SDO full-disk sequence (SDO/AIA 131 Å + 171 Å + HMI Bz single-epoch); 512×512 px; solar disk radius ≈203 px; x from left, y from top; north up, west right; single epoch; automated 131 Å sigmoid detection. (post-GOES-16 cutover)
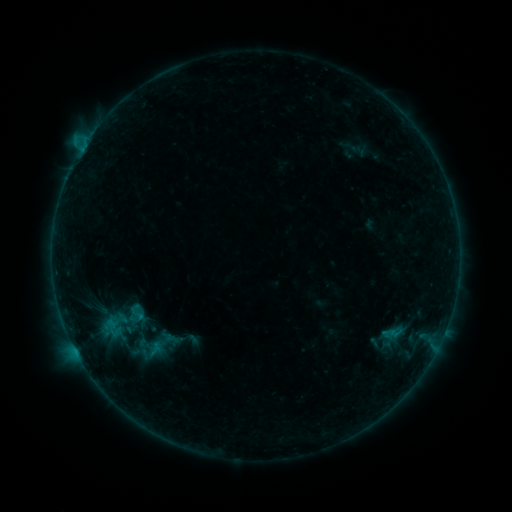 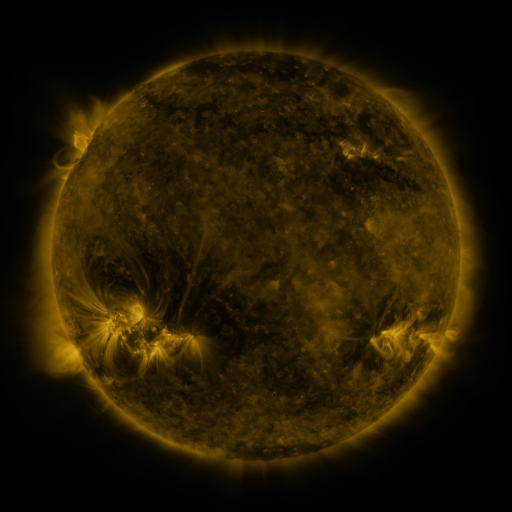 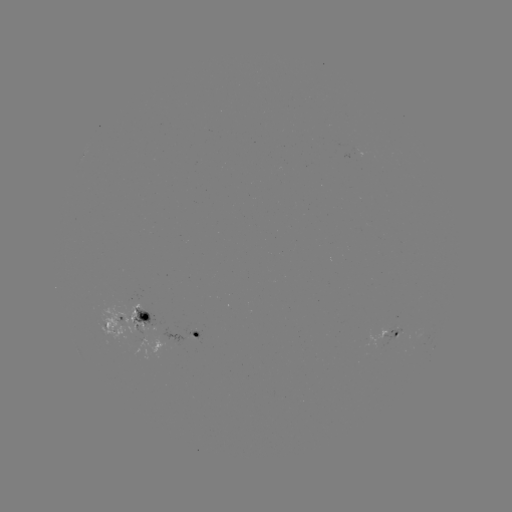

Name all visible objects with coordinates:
sigmoid: [125, 305, 149, 323]
sigmoid: [132, 324, 190, 364]
